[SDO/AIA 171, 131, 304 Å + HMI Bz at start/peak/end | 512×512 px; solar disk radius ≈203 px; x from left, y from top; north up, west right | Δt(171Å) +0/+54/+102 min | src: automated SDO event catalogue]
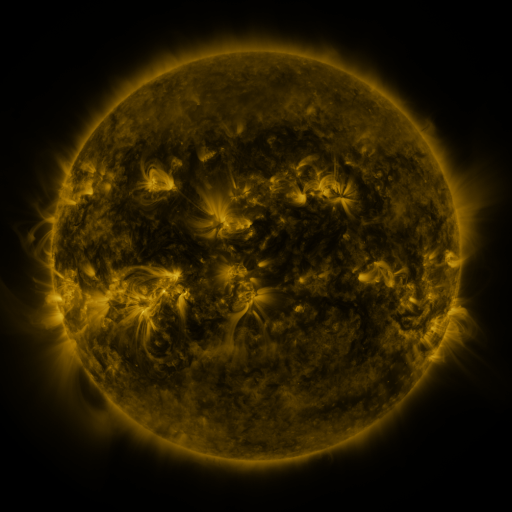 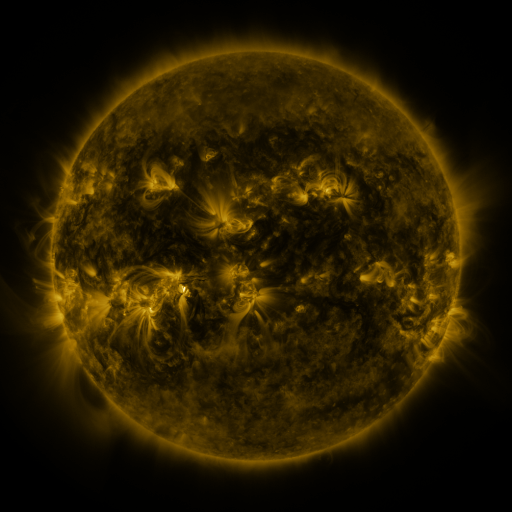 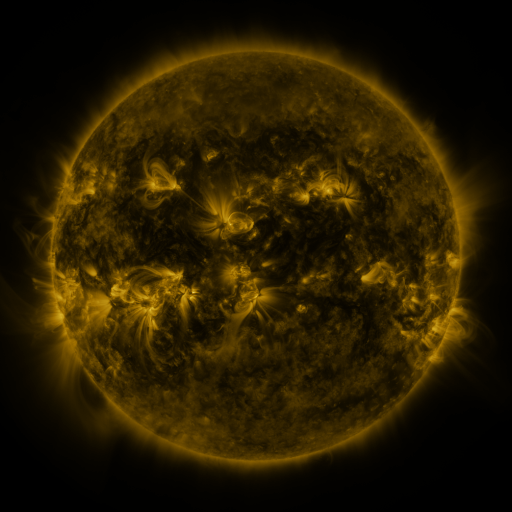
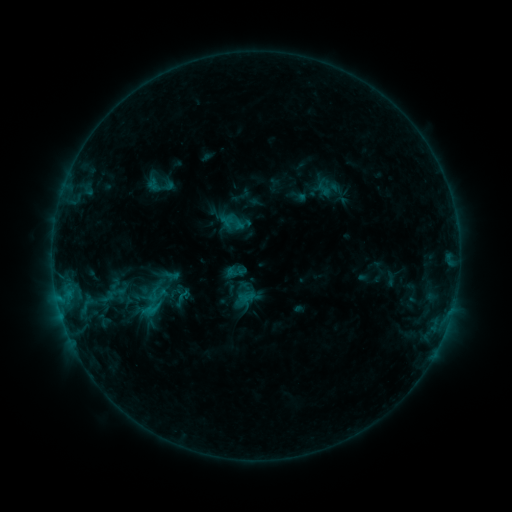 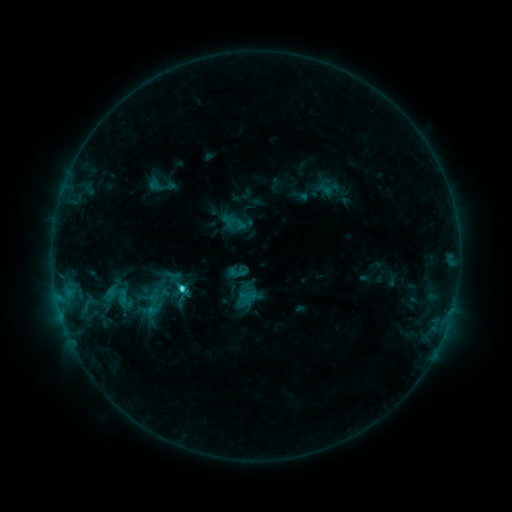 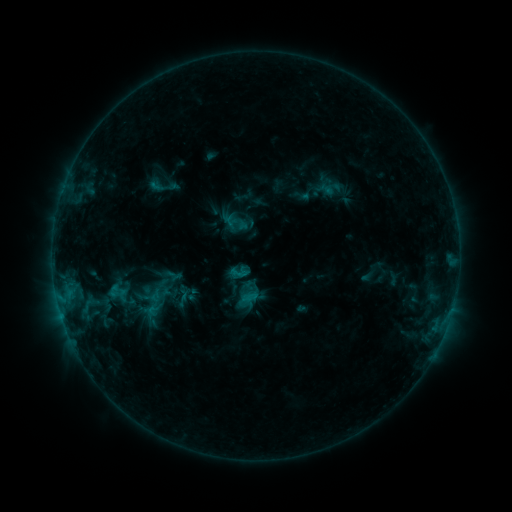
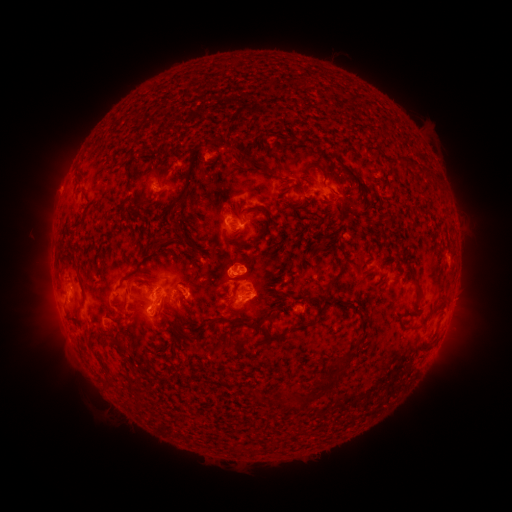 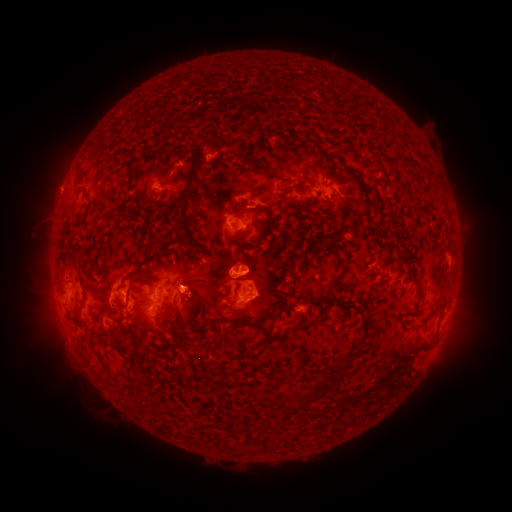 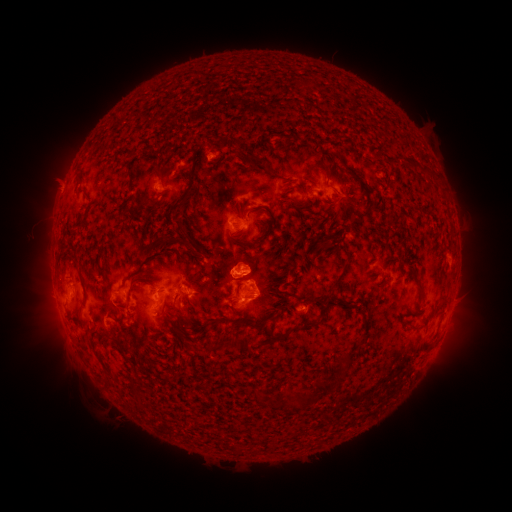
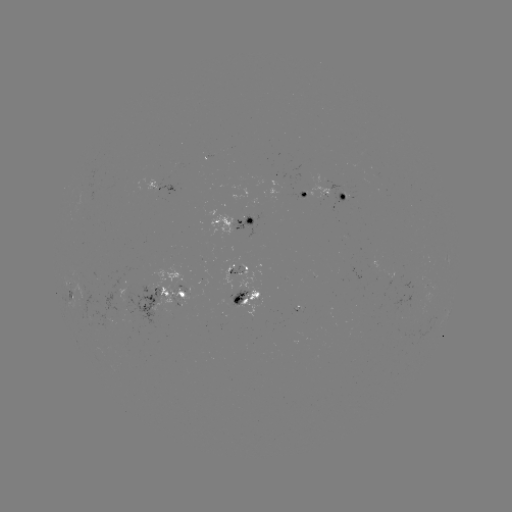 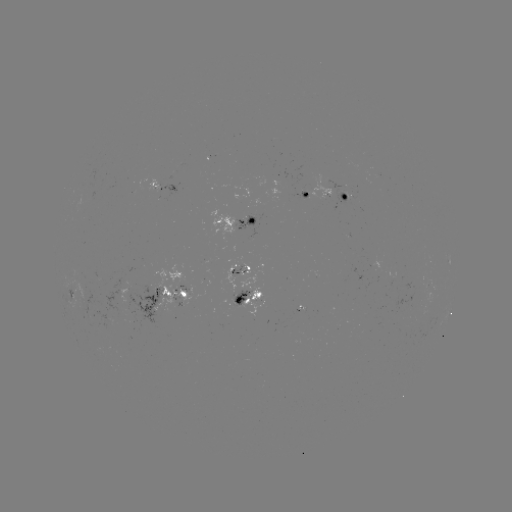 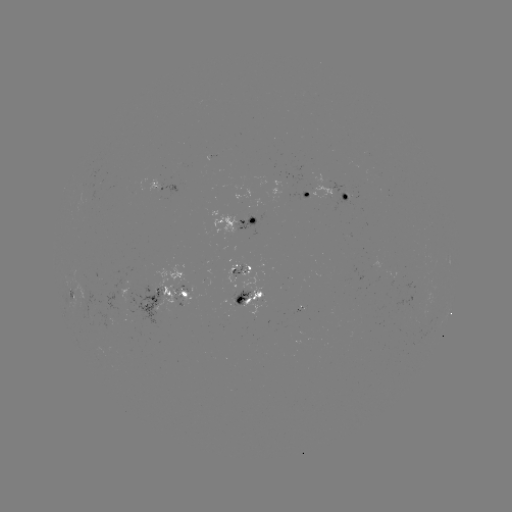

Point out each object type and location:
filament eruption: (184, 298)
